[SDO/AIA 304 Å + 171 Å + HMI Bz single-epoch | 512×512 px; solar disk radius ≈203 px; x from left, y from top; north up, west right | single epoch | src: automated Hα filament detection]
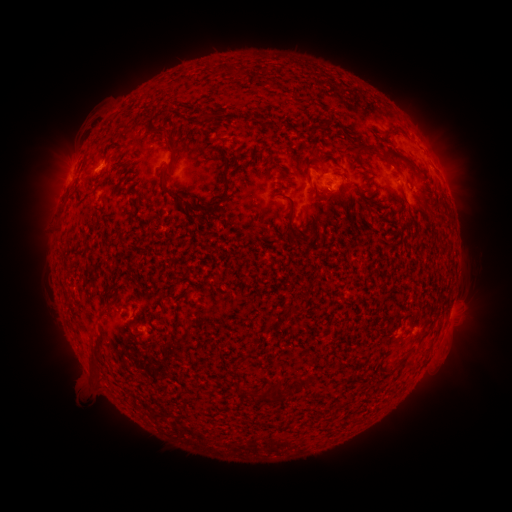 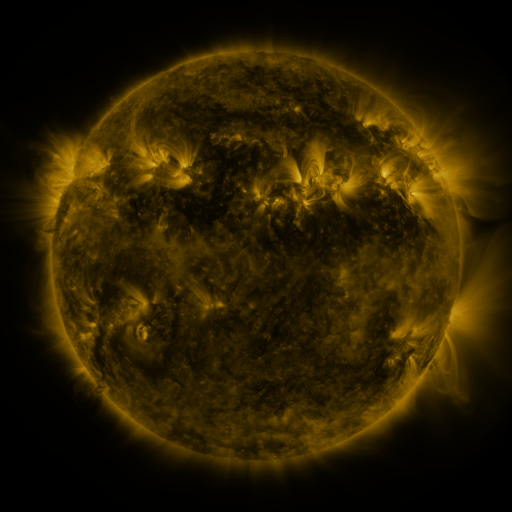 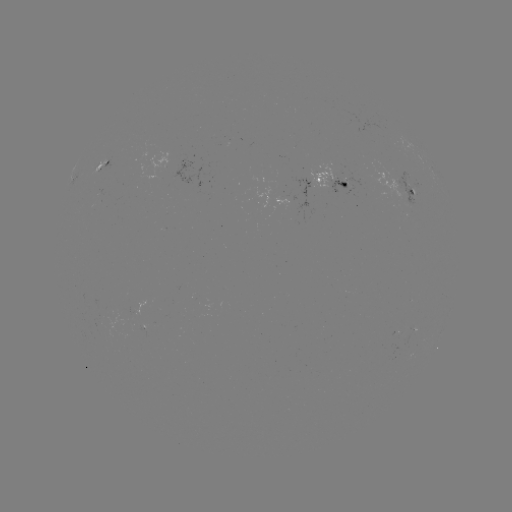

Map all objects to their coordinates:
filament: (327, 126)
filament: (394, 134)
filament: (169, 137)
filament: (364, 148)
filament: (264, 163)
filament: (408, 163)
filament: (395, 168)
filament: (307, 170)
filament: (226, 179)
filament: (169, 190)
filament: (290, 224)
filament: (311, 232)
filament: (425, 335)
filament: (401, 364)
filament: (390, 371)
filament: (300, 384)
filament: (261, 393)
filament: (278, 394)
